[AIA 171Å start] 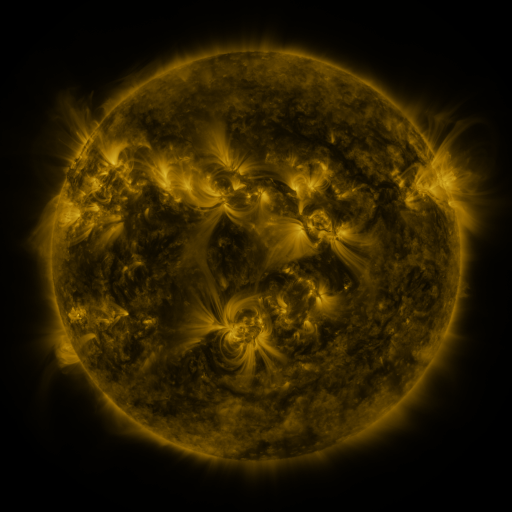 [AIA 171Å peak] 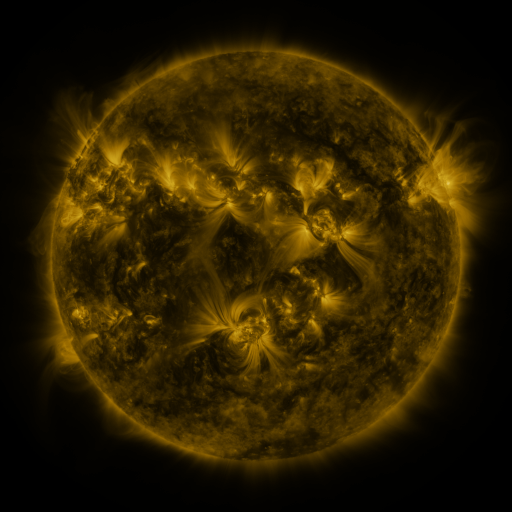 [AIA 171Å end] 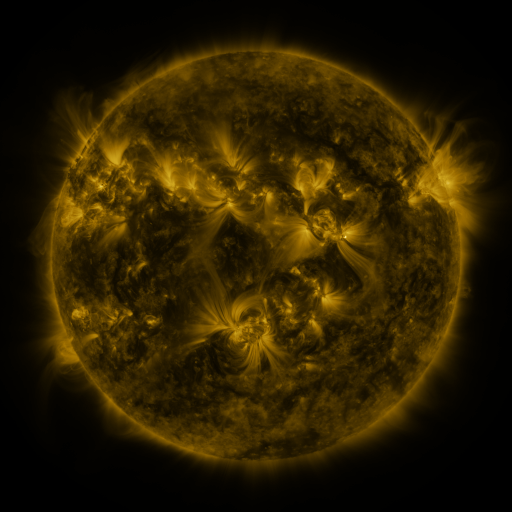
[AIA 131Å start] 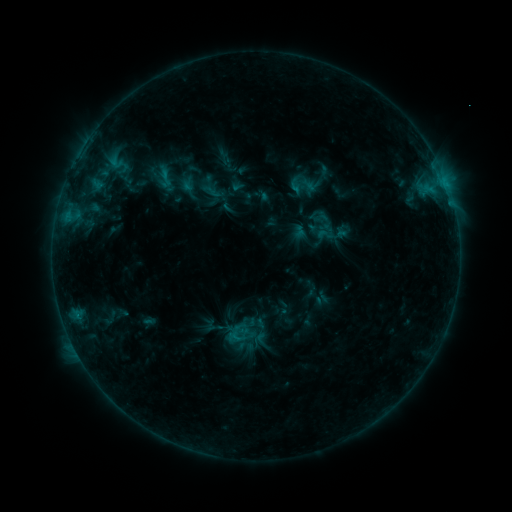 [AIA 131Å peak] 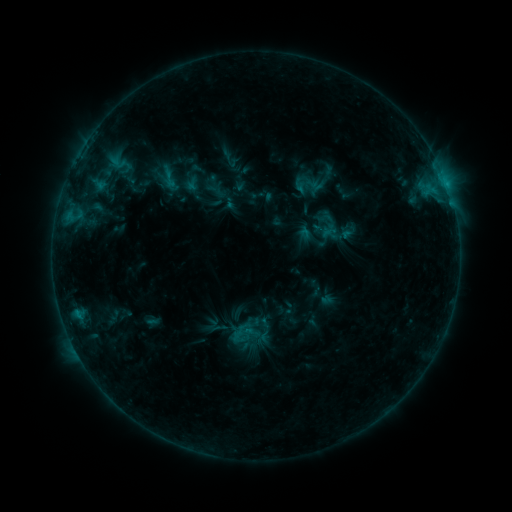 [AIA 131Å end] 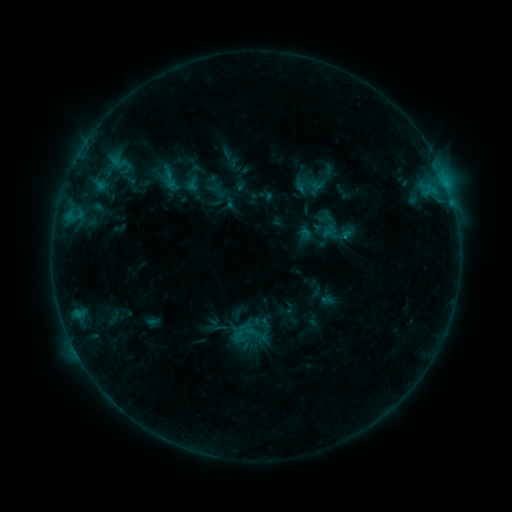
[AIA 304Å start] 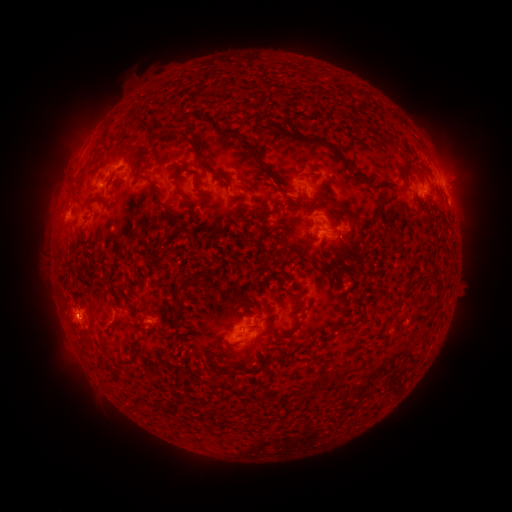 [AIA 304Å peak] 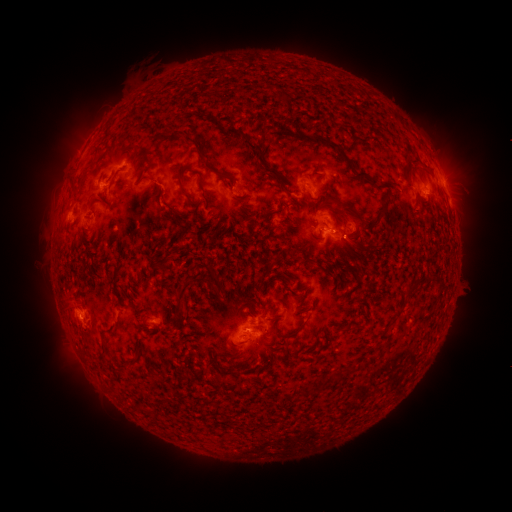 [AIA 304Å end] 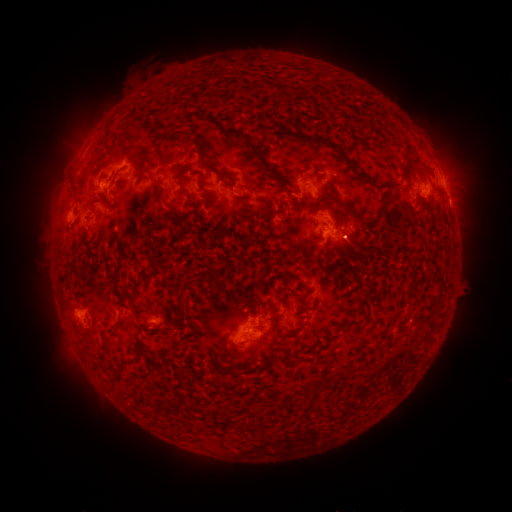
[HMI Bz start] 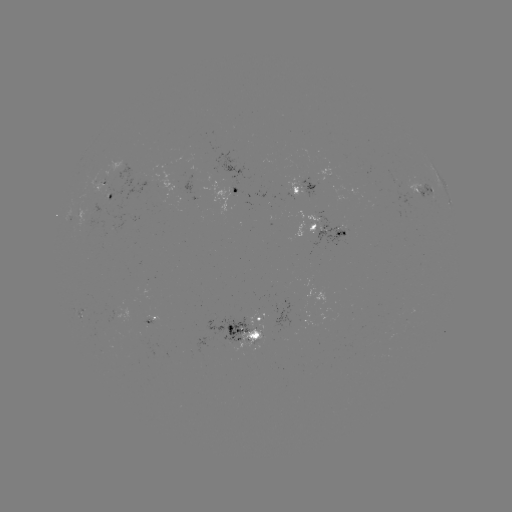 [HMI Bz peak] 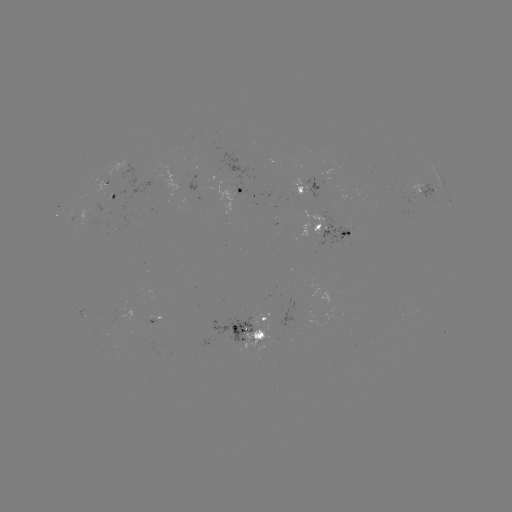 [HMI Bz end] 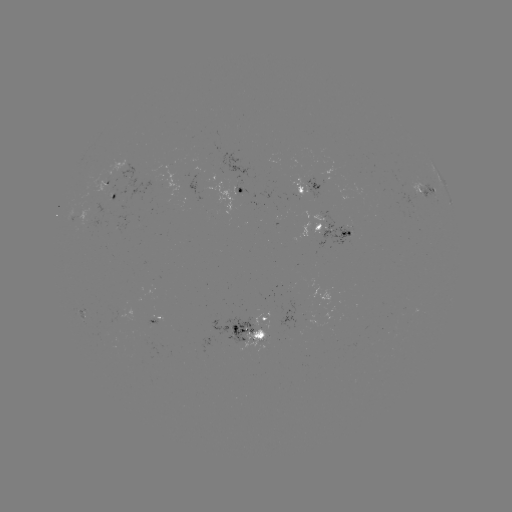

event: emerging-flux region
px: (87, 220)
